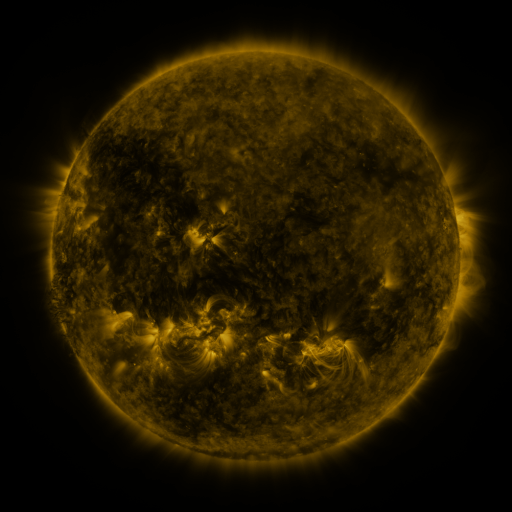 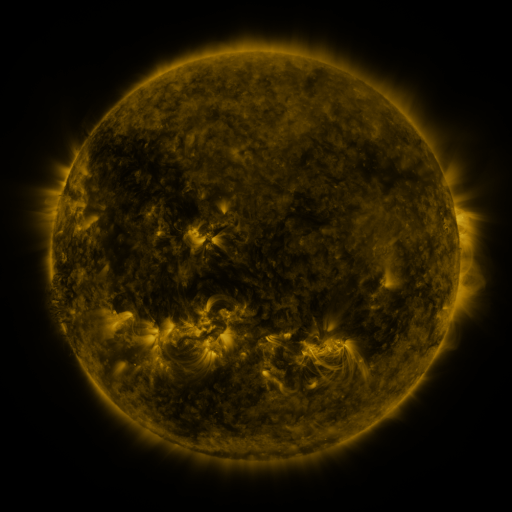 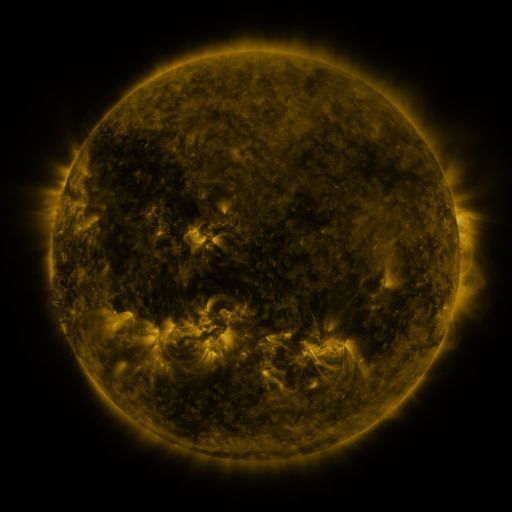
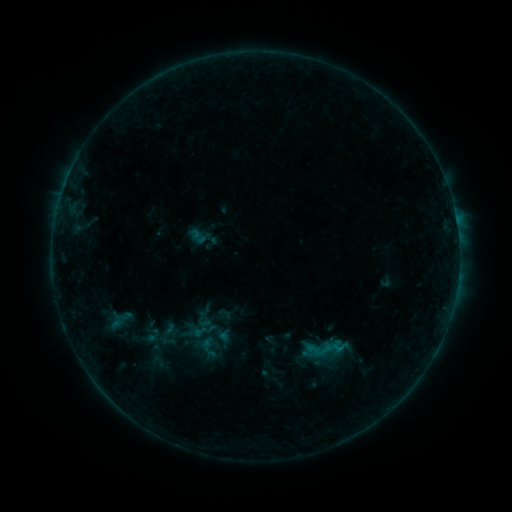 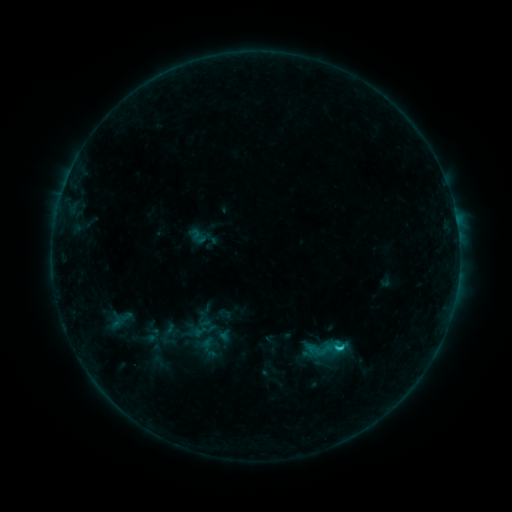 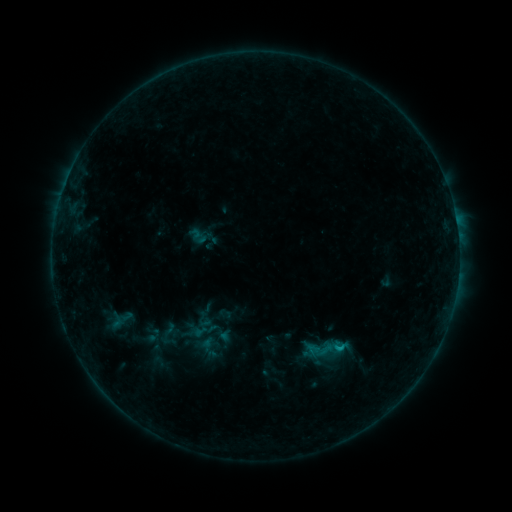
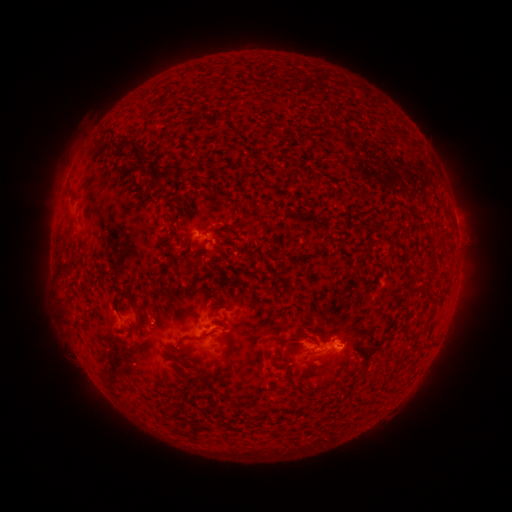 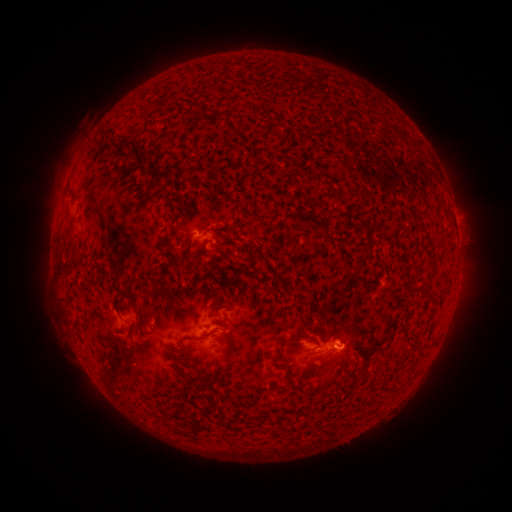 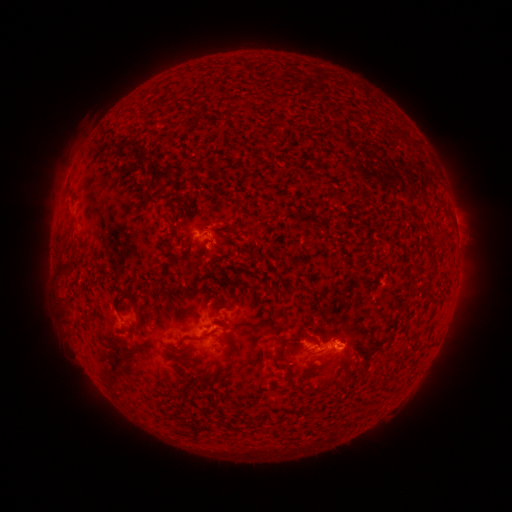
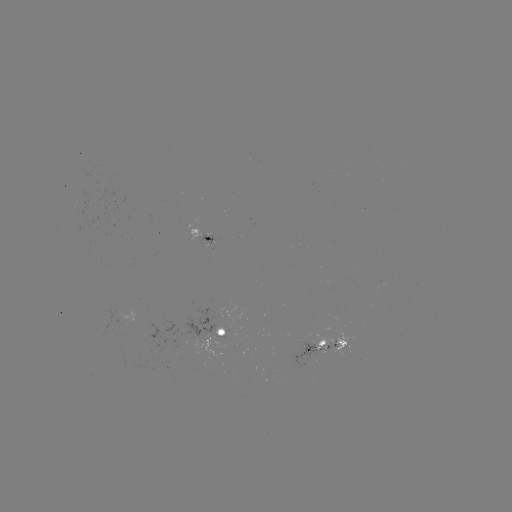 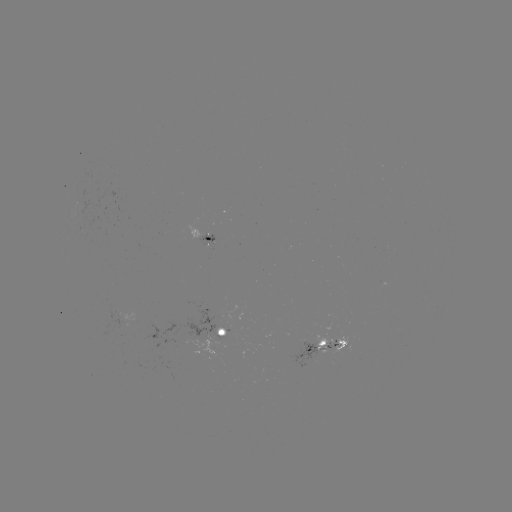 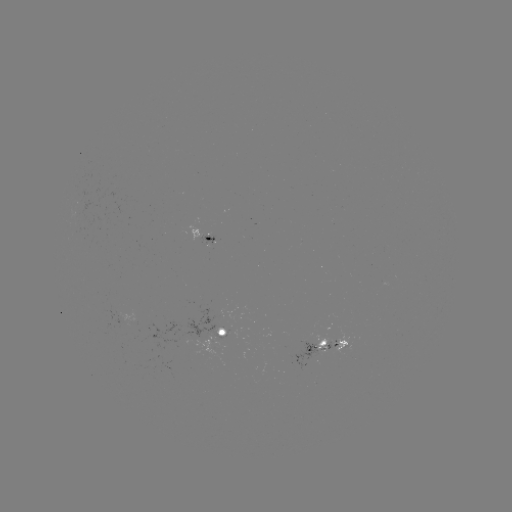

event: flare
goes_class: B9.1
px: (339, 346)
